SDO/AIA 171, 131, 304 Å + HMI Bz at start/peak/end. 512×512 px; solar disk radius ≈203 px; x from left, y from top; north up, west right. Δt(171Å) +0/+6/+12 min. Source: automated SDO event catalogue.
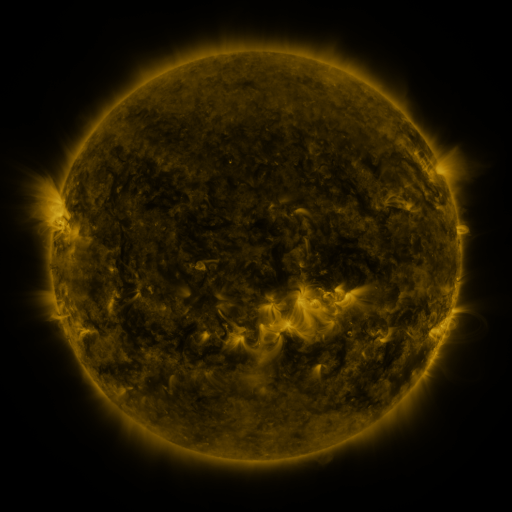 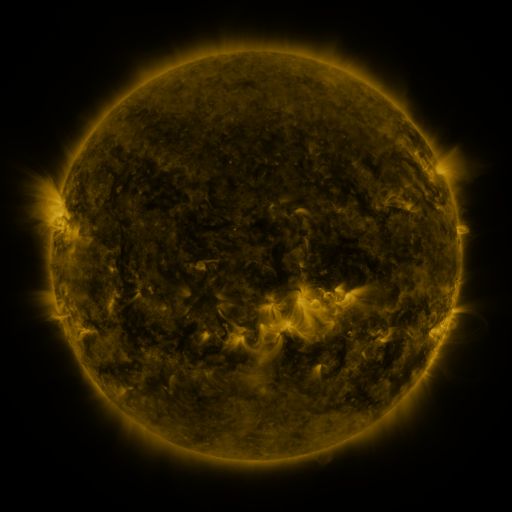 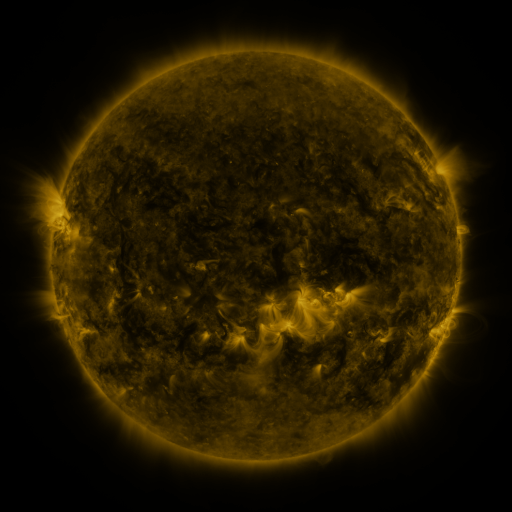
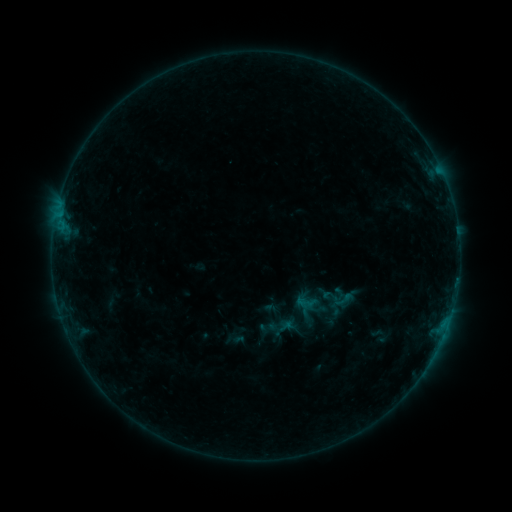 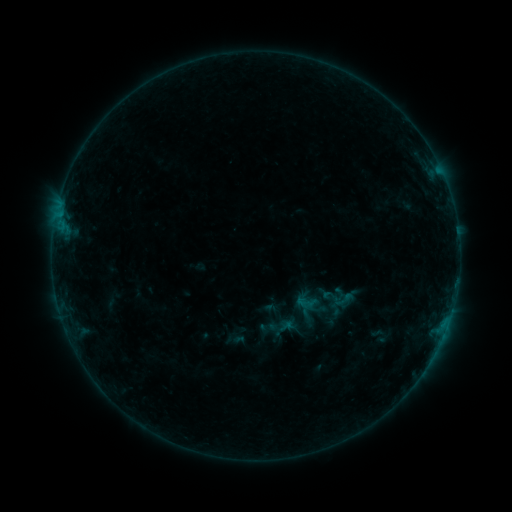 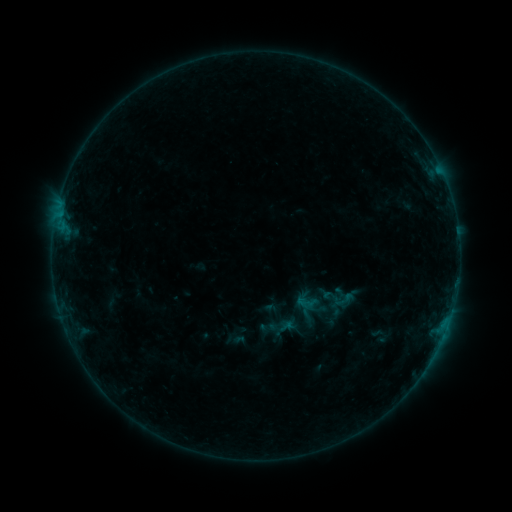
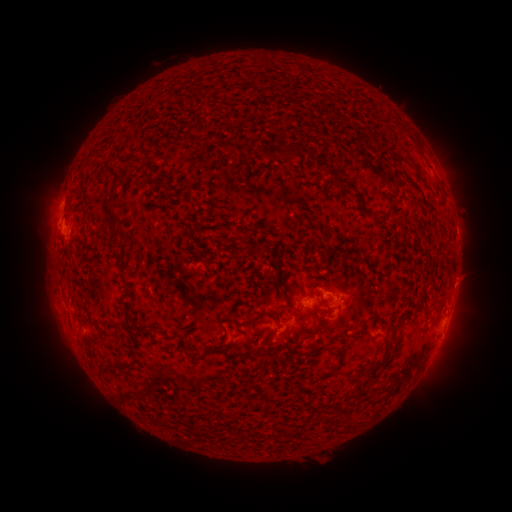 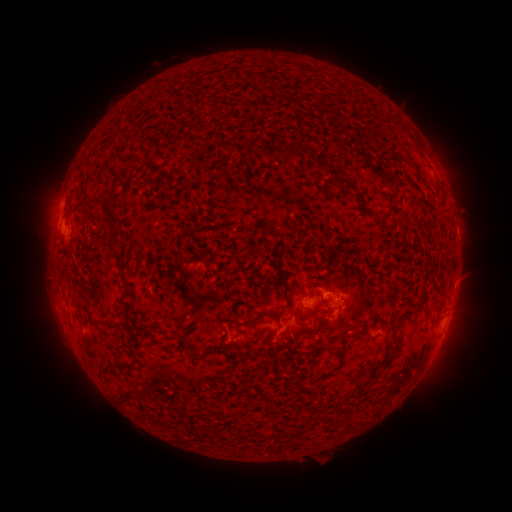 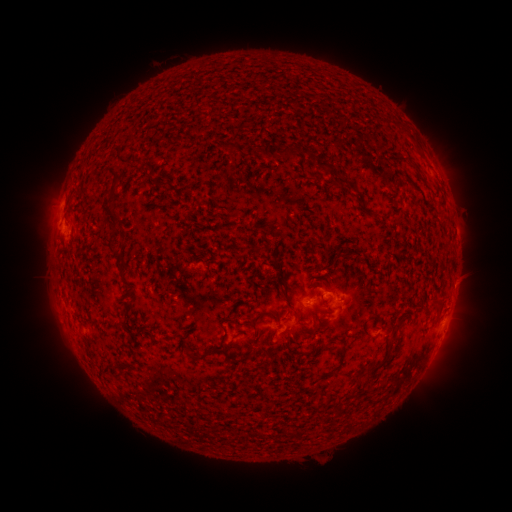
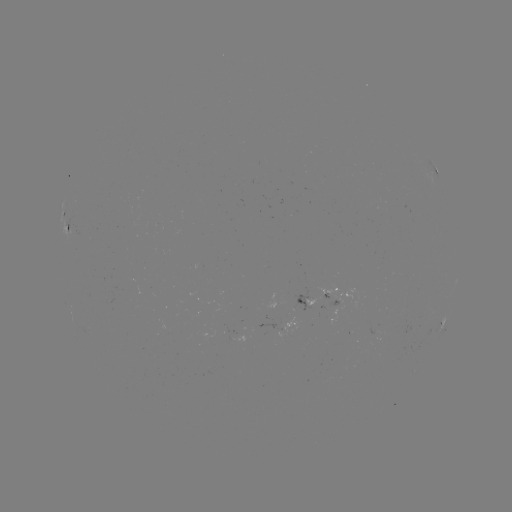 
no flare in any classed list; no EUV-trigger detection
